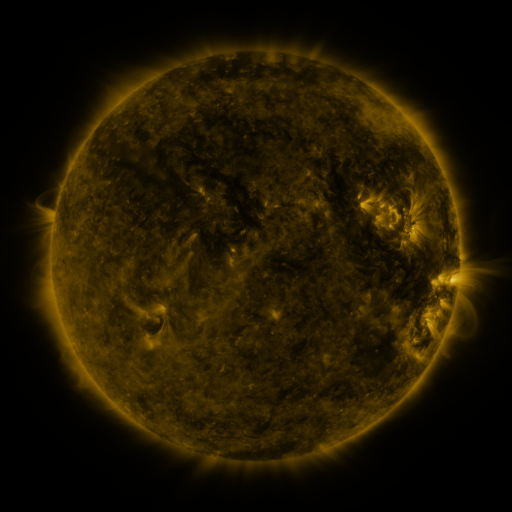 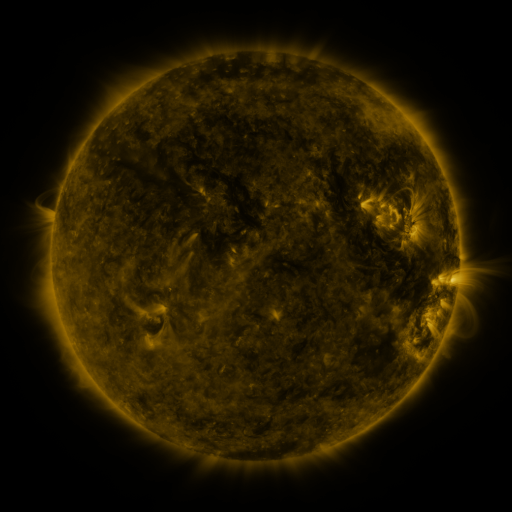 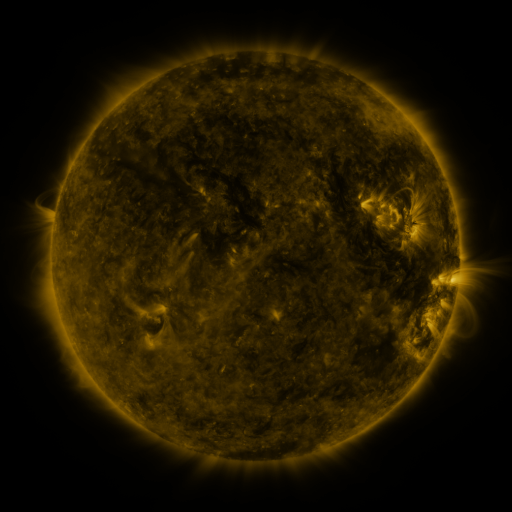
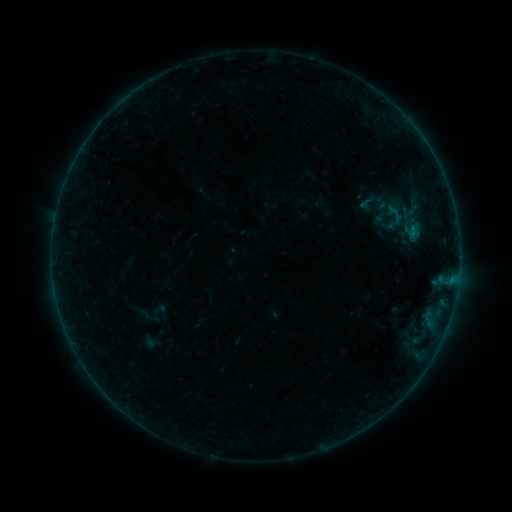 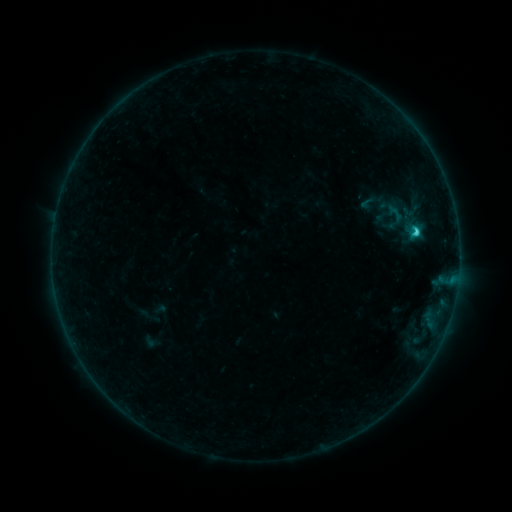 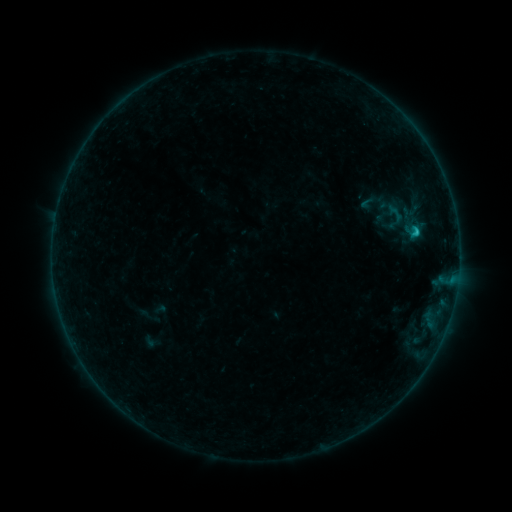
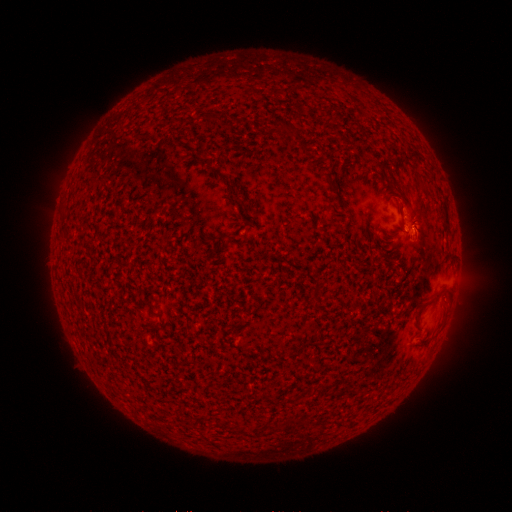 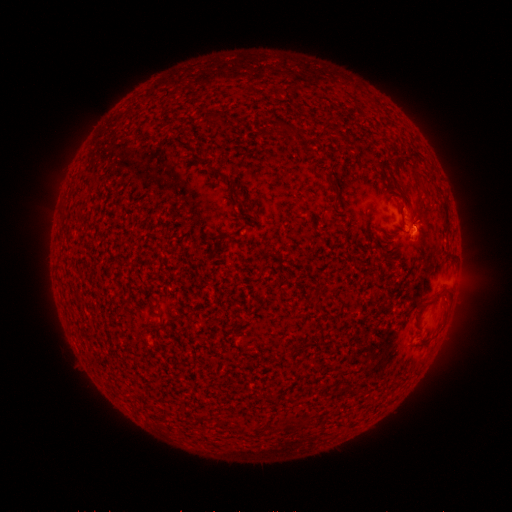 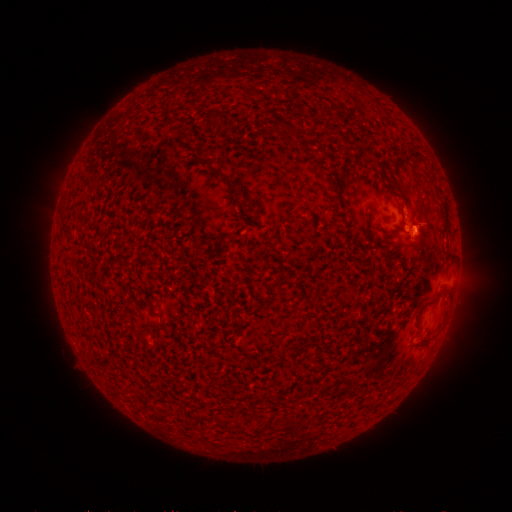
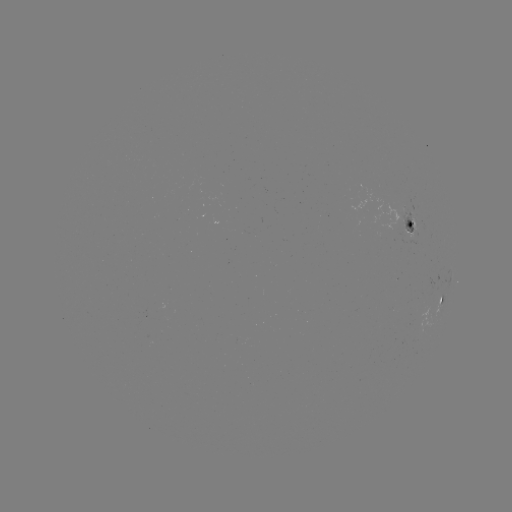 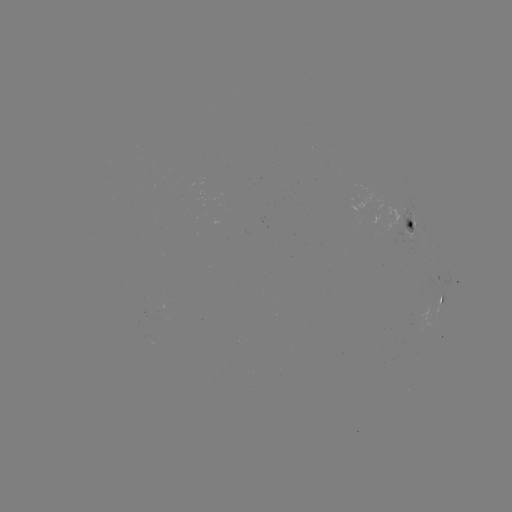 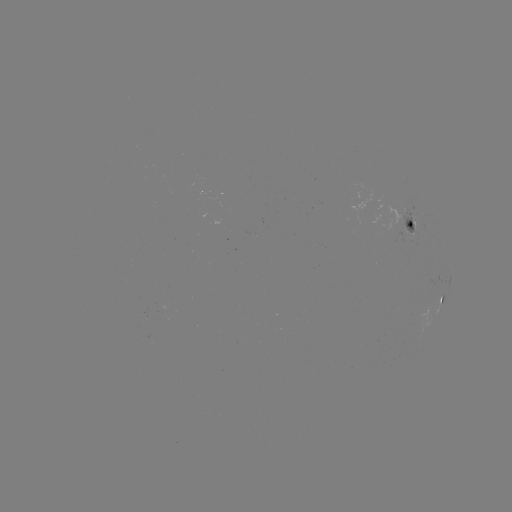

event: flare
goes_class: C1.0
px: (414, 234)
